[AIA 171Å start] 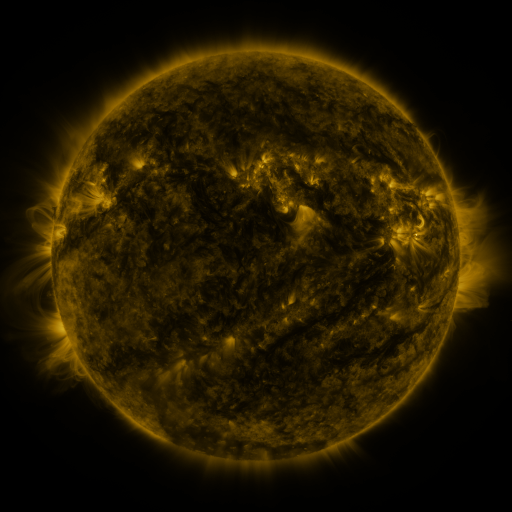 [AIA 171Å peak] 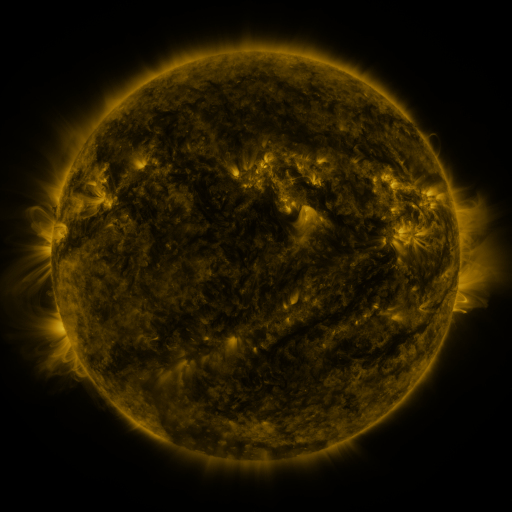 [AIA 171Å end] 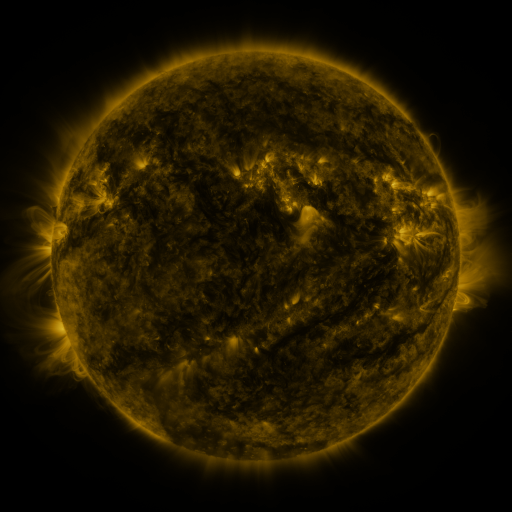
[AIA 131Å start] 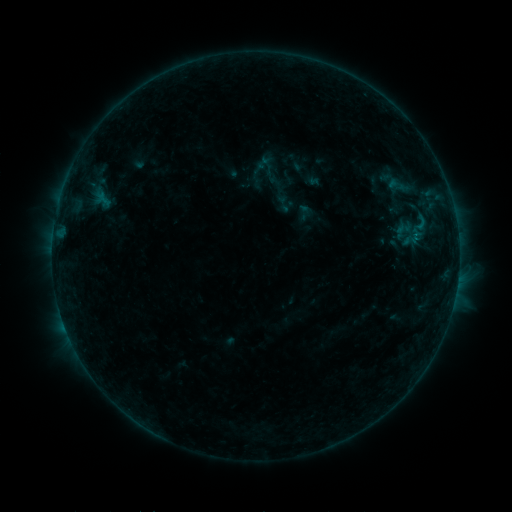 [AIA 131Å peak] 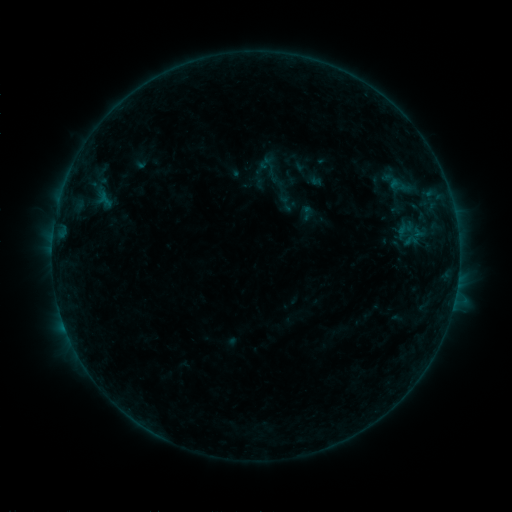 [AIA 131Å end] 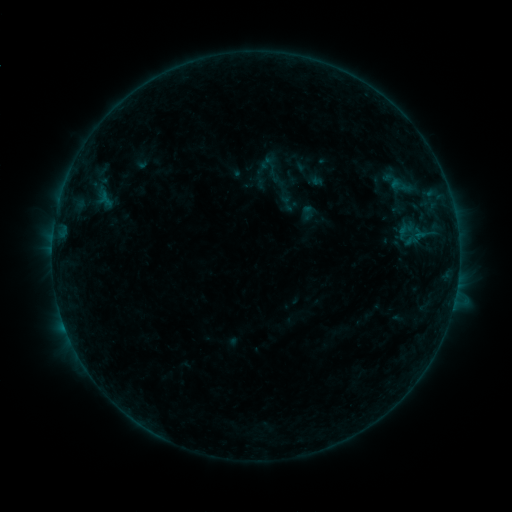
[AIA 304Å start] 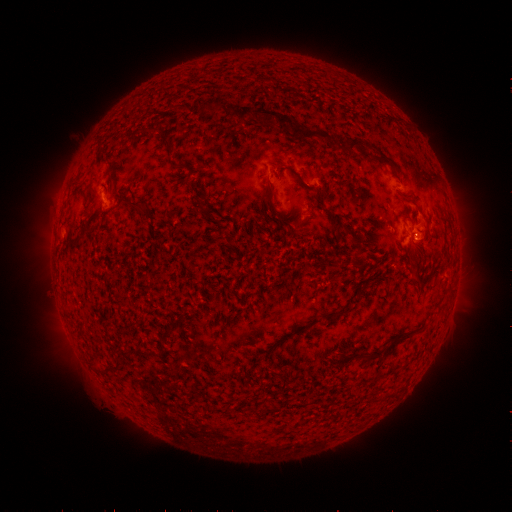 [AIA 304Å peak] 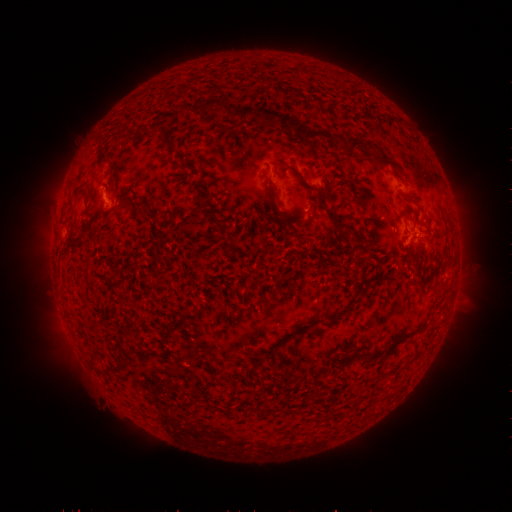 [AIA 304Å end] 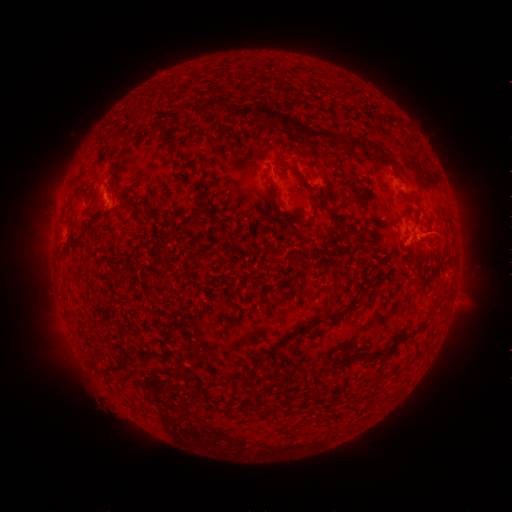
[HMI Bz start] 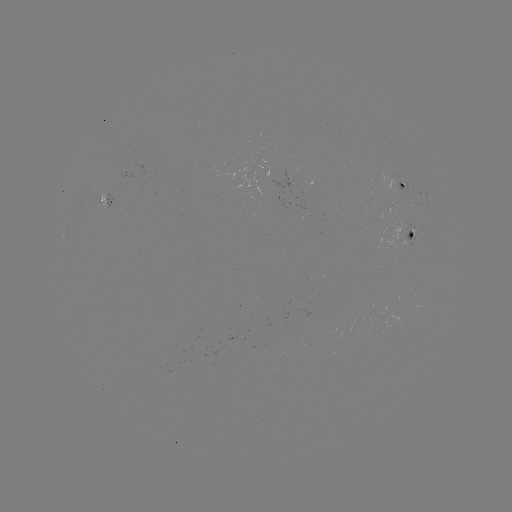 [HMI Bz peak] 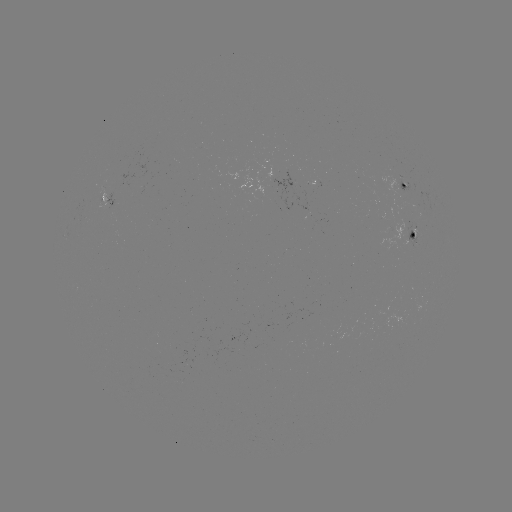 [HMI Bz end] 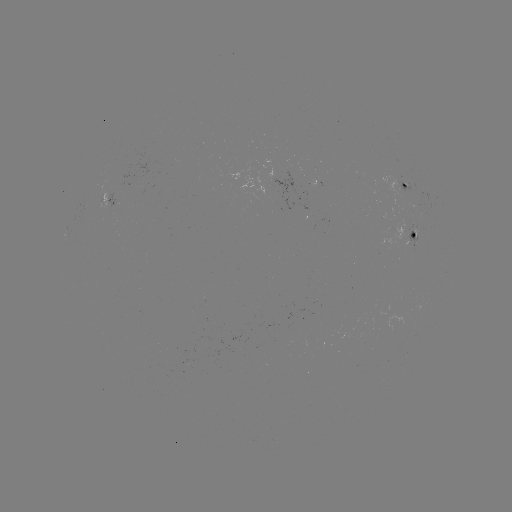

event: emerging-flux region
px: (416, 236)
